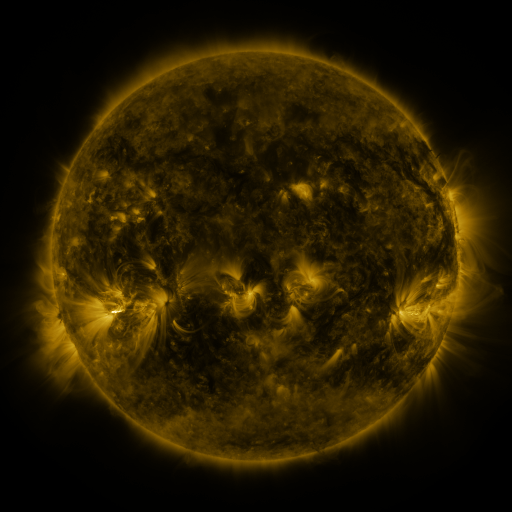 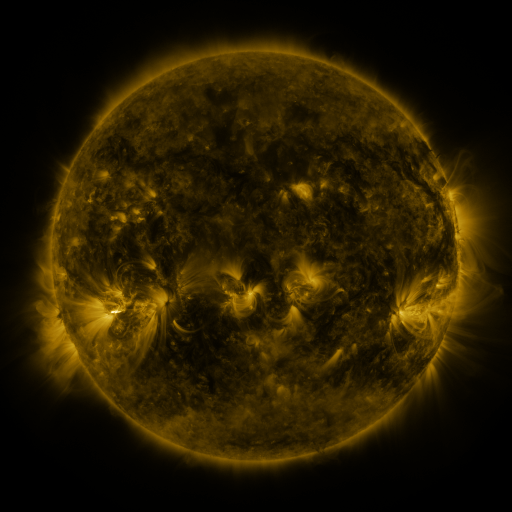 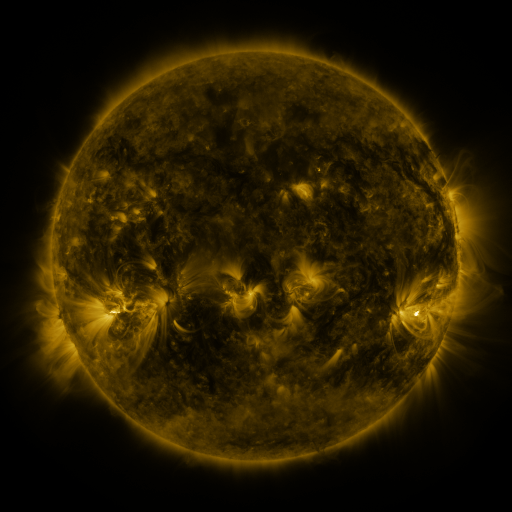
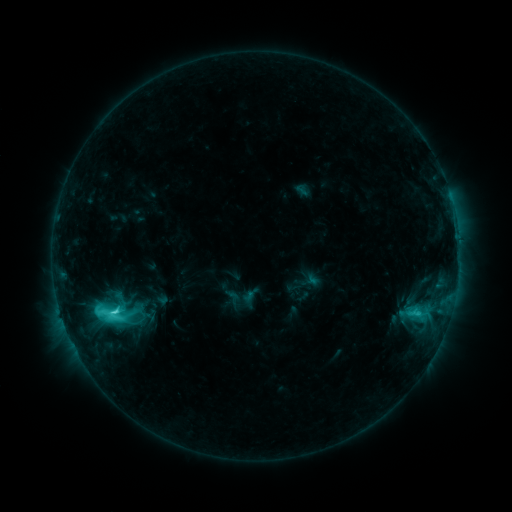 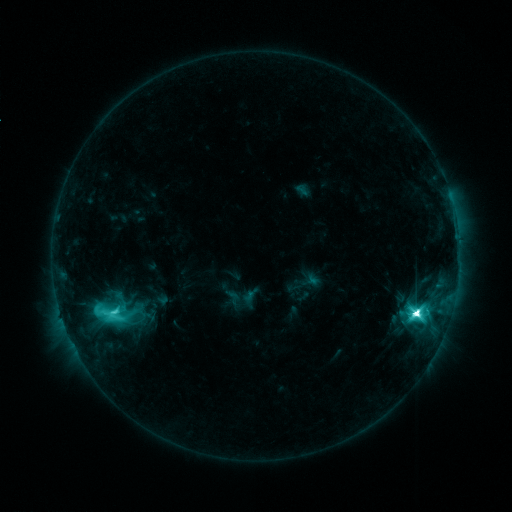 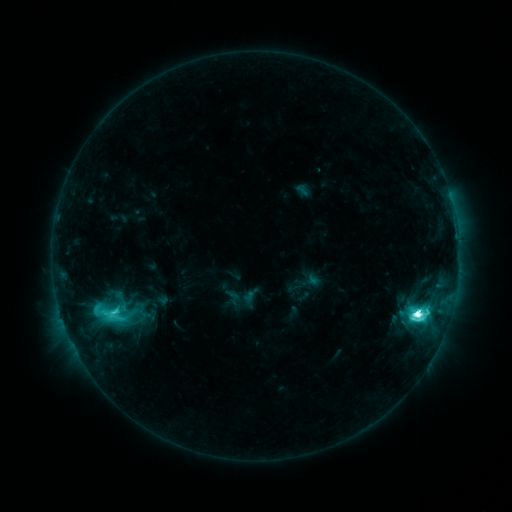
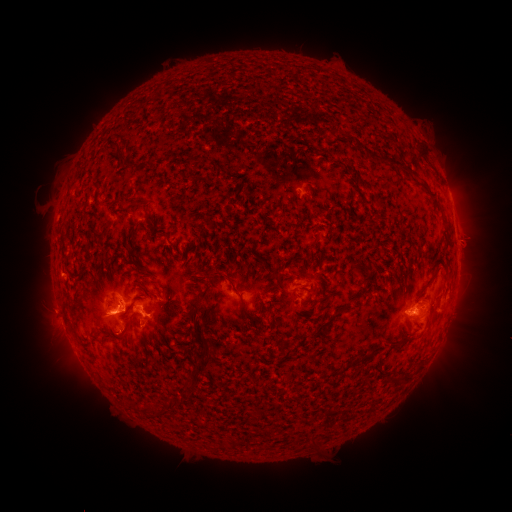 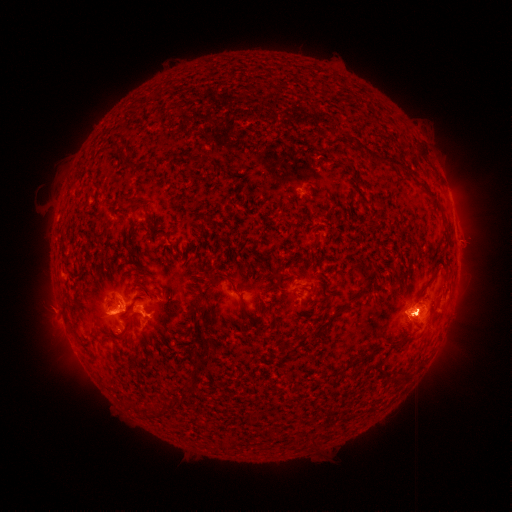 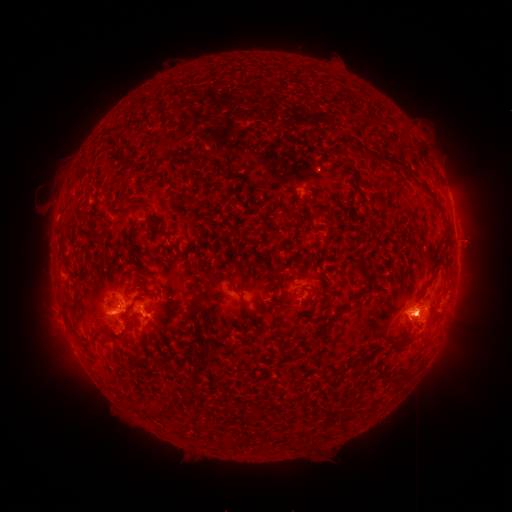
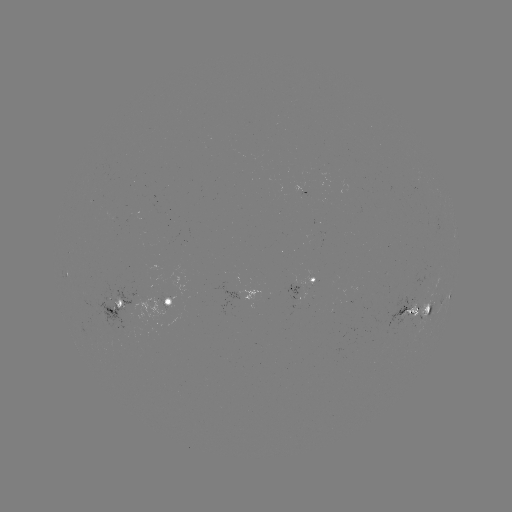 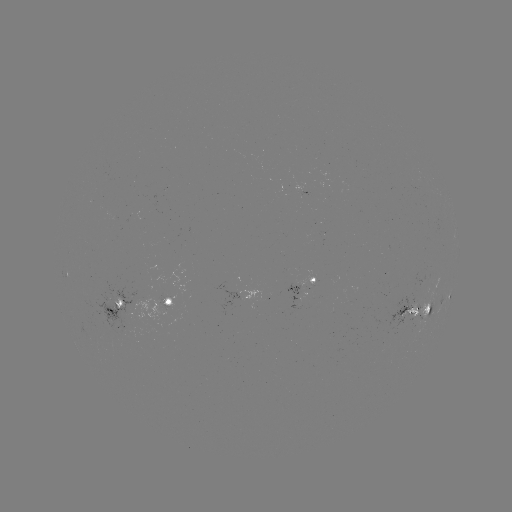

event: flare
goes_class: M3.3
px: (214, 339)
